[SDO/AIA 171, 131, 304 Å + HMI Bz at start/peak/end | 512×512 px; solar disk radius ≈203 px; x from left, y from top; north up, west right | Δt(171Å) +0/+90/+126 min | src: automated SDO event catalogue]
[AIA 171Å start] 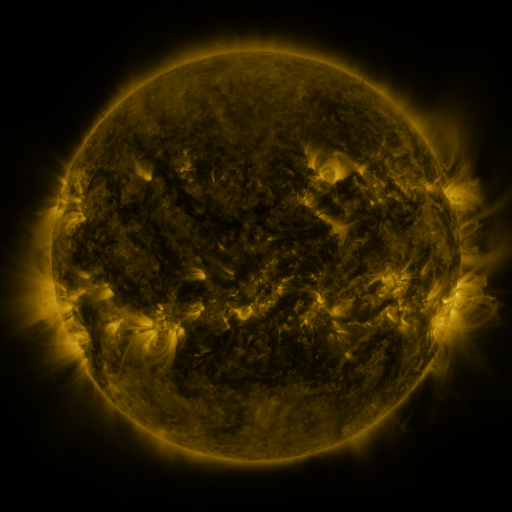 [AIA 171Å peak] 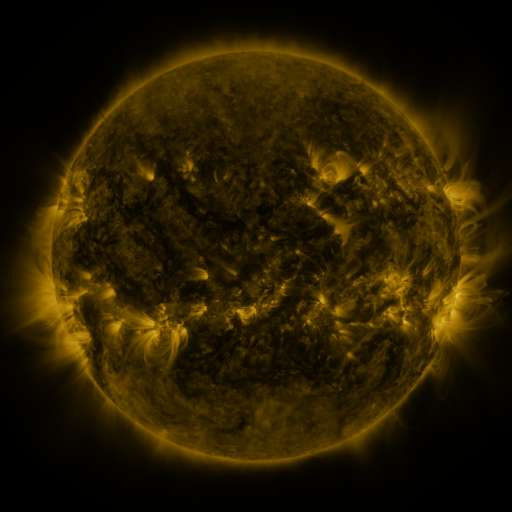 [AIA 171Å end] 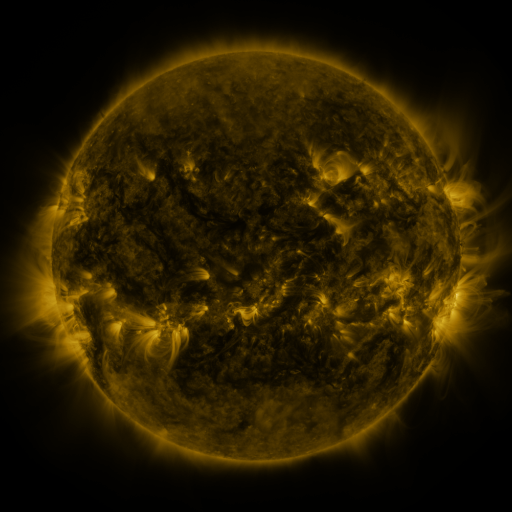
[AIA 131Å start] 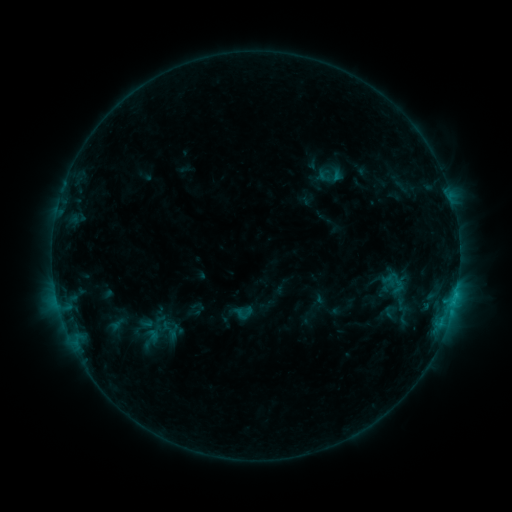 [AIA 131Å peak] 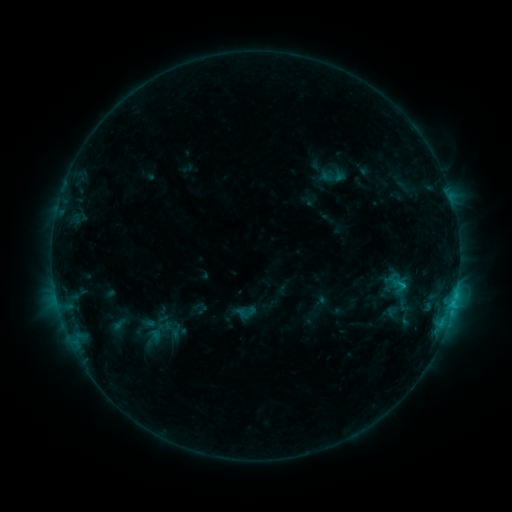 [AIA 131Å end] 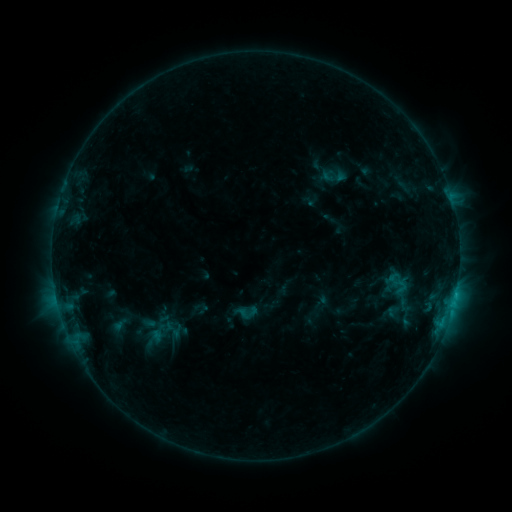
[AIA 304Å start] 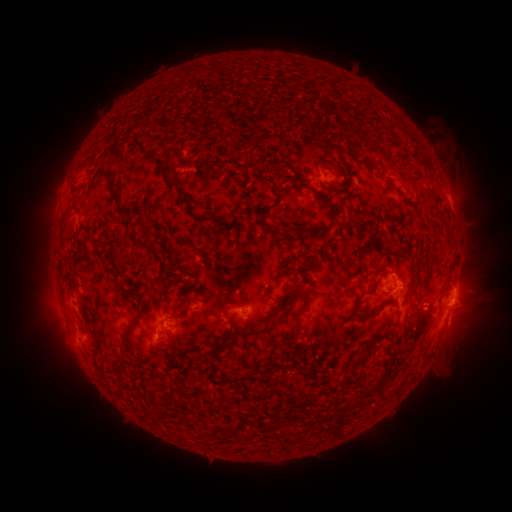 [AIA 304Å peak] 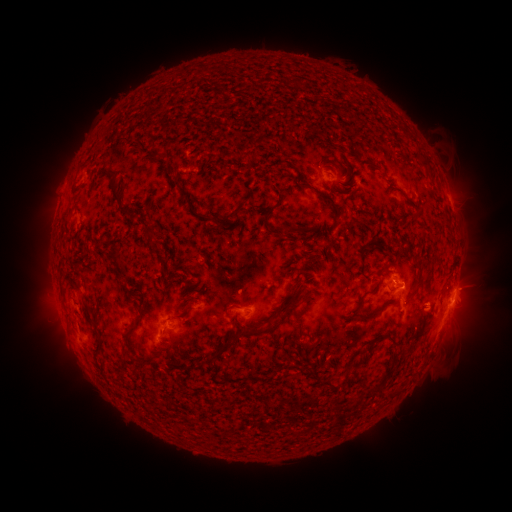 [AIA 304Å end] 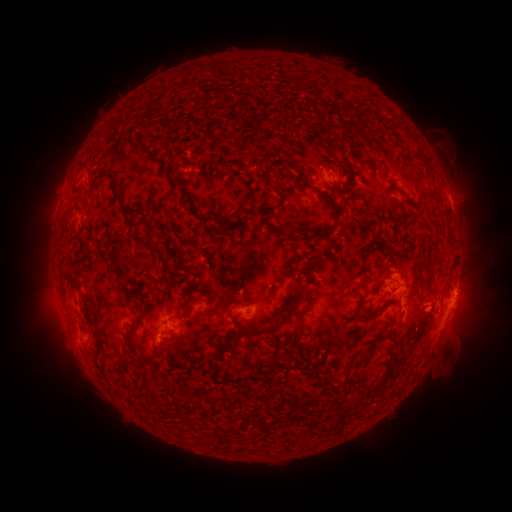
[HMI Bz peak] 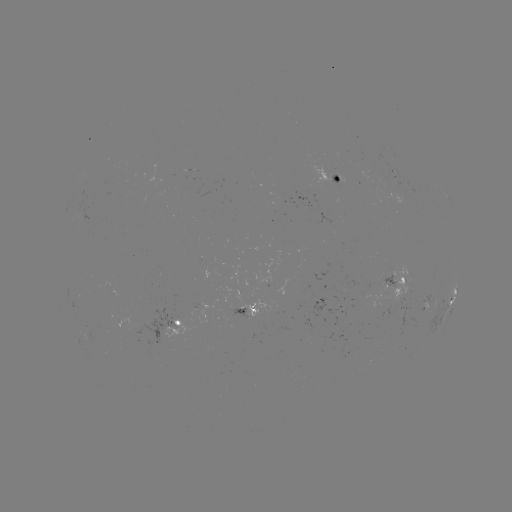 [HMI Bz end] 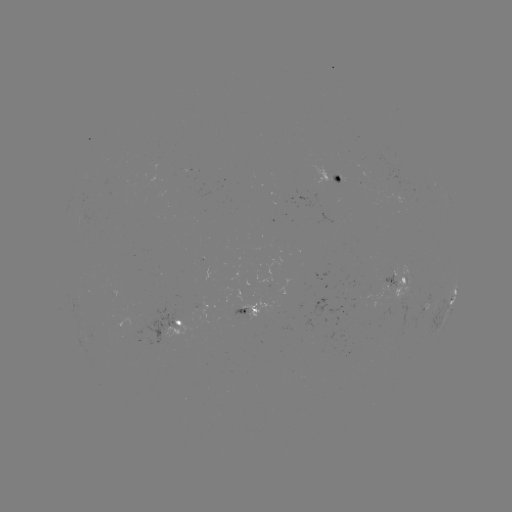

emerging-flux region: [135, 156, 145, 158]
